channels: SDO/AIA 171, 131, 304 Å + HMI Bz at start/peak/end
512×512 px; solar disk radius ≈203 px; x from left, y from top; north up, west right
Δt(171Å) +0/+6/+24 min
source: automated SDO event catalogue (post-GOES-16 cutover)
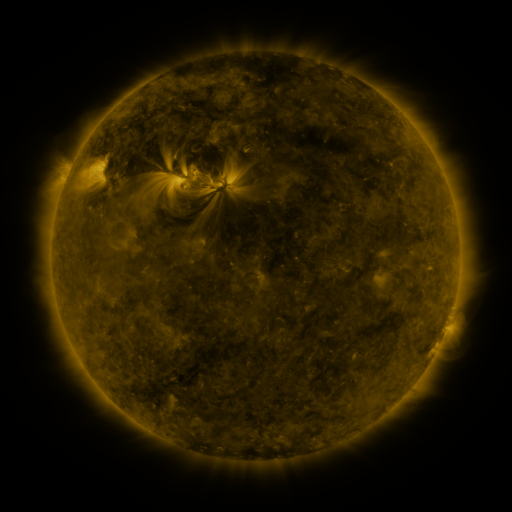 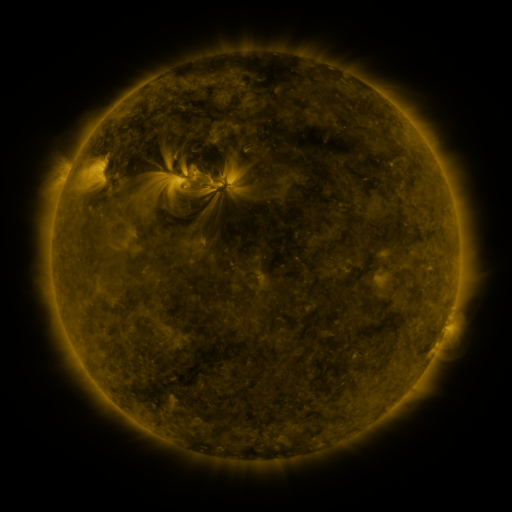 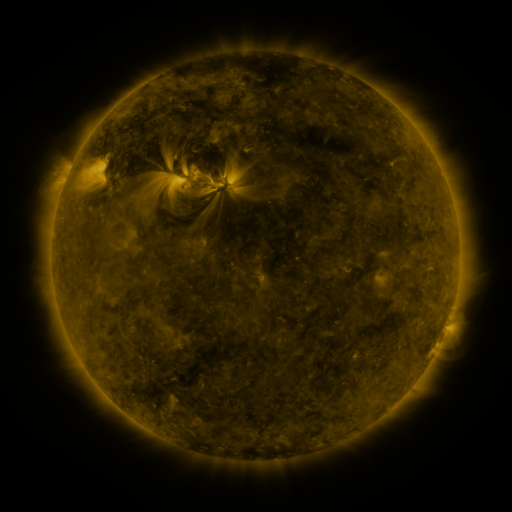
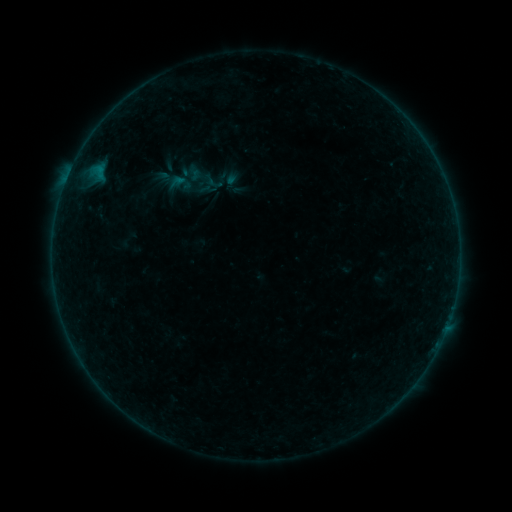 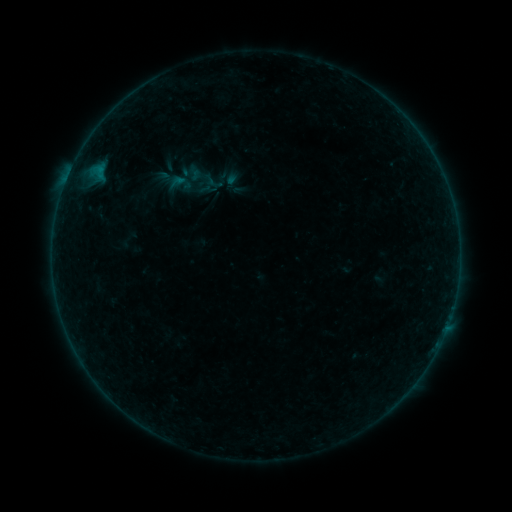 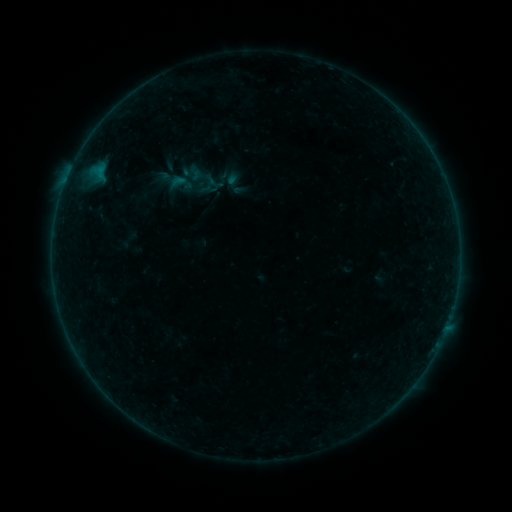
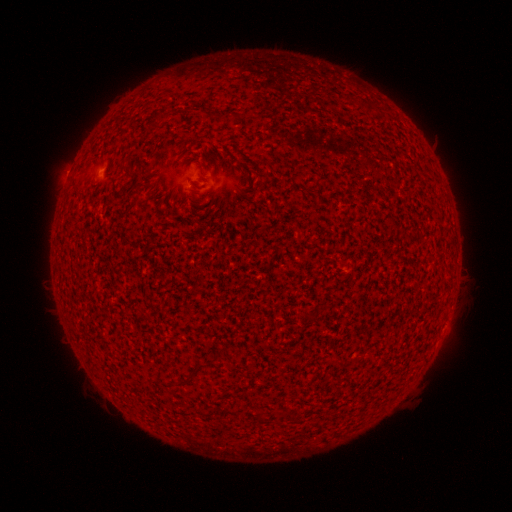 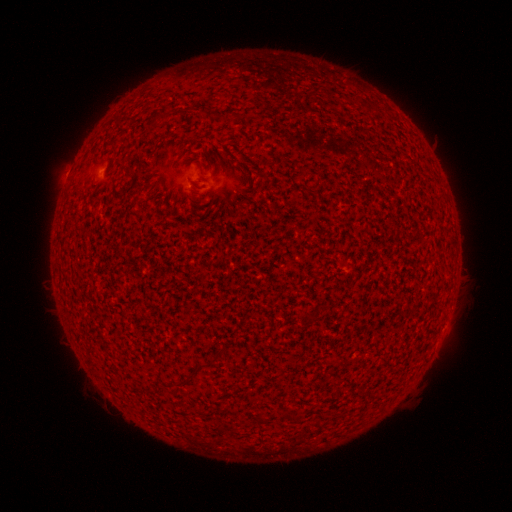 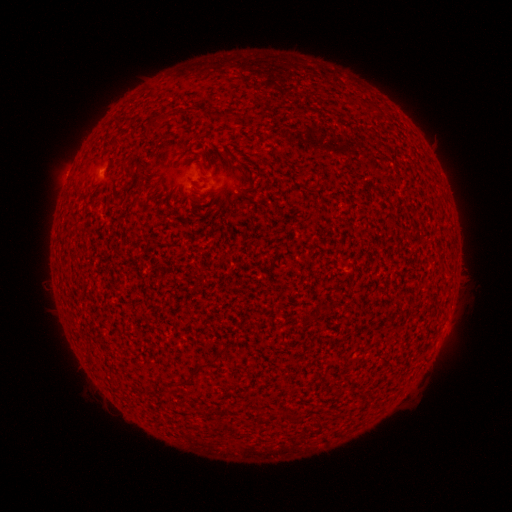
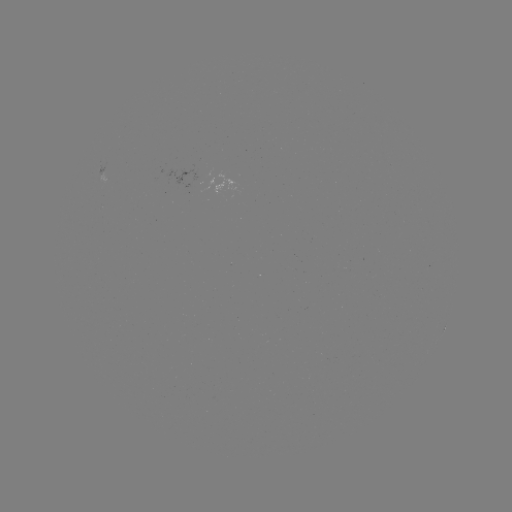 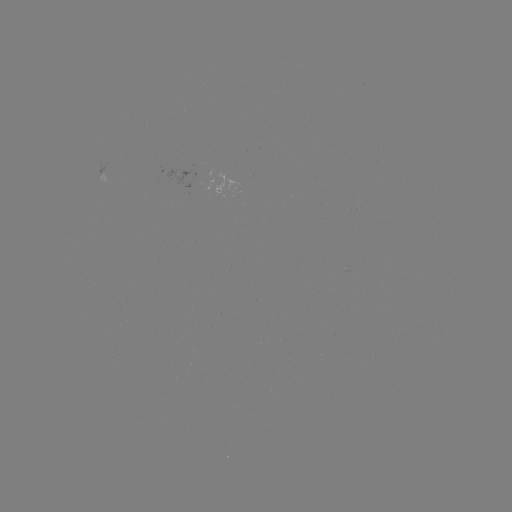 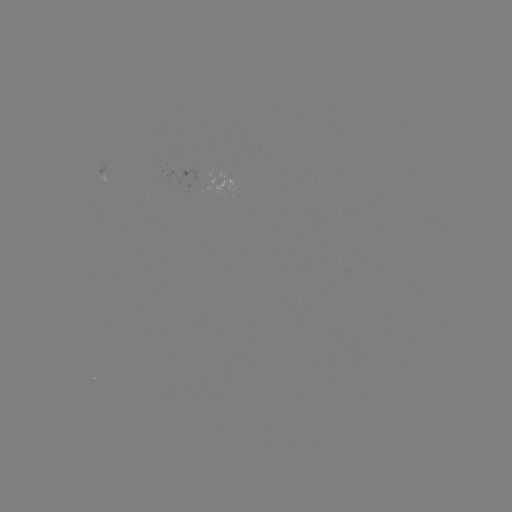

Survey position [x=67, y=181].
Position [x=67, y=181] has A5.1 flare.